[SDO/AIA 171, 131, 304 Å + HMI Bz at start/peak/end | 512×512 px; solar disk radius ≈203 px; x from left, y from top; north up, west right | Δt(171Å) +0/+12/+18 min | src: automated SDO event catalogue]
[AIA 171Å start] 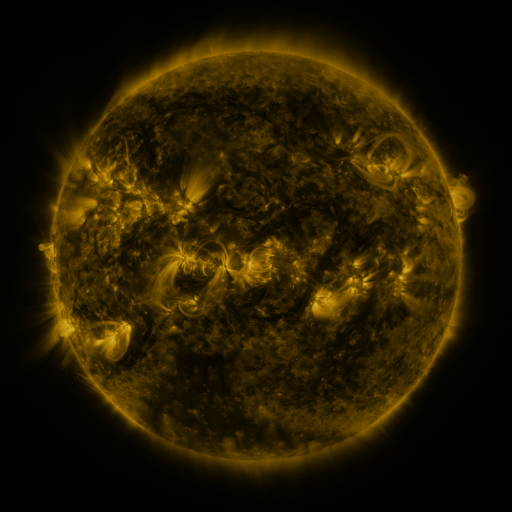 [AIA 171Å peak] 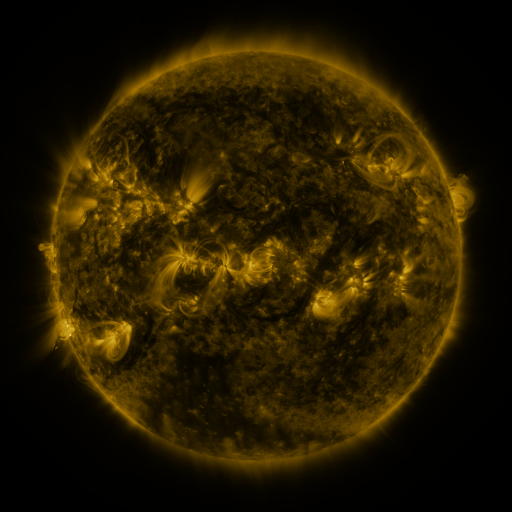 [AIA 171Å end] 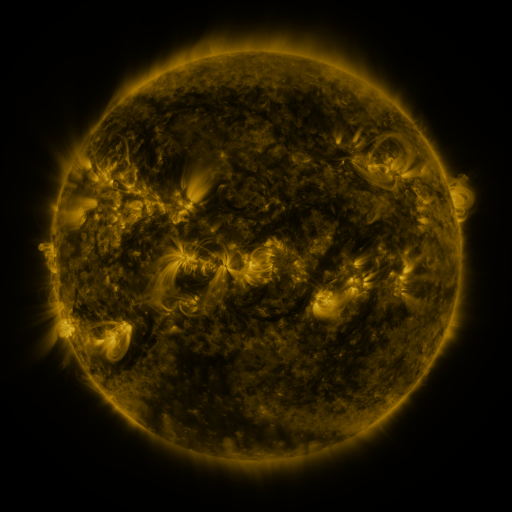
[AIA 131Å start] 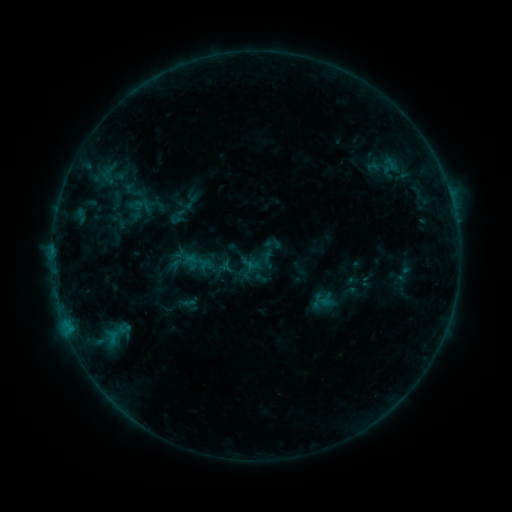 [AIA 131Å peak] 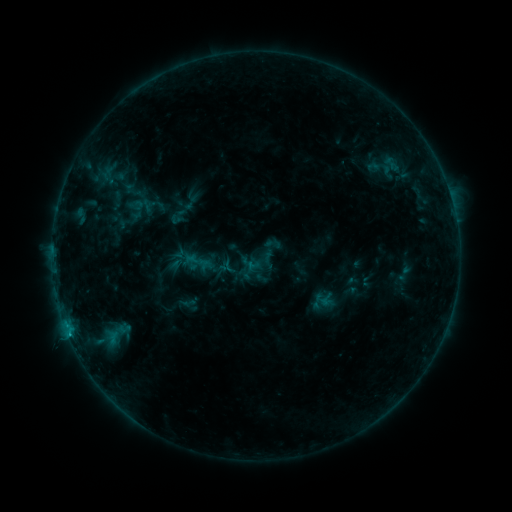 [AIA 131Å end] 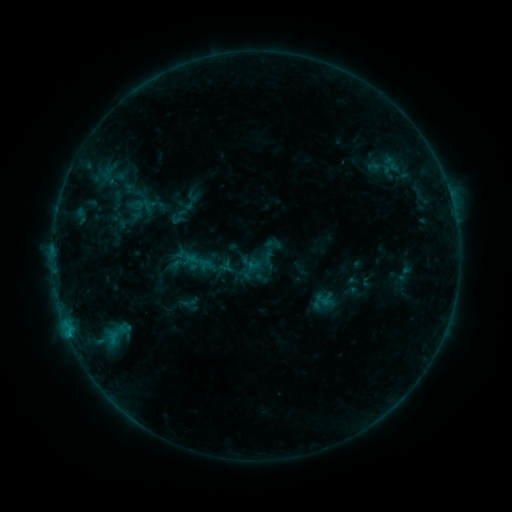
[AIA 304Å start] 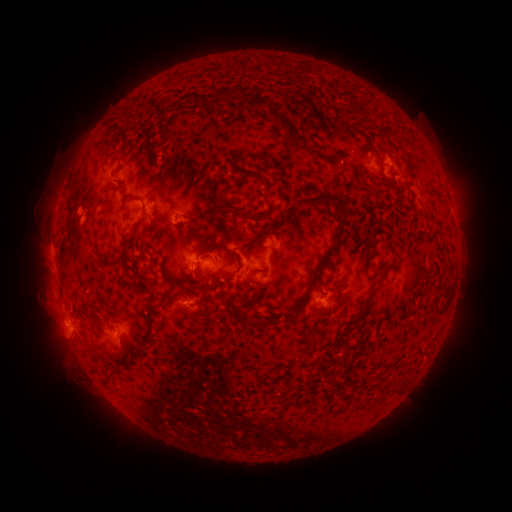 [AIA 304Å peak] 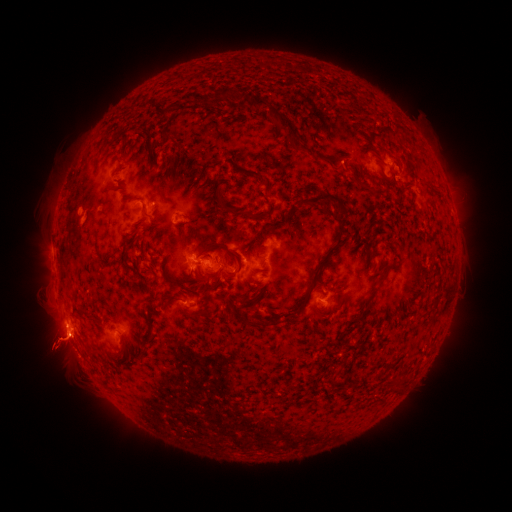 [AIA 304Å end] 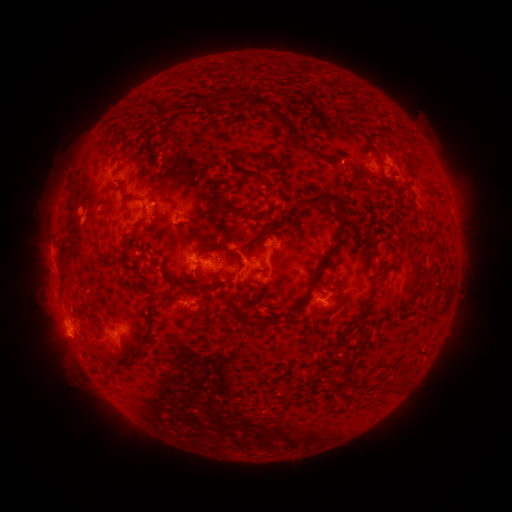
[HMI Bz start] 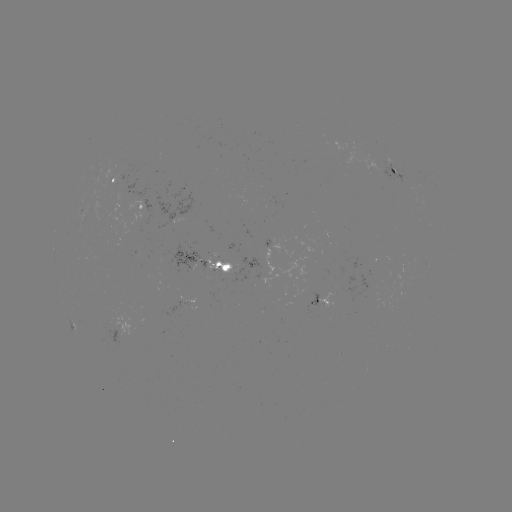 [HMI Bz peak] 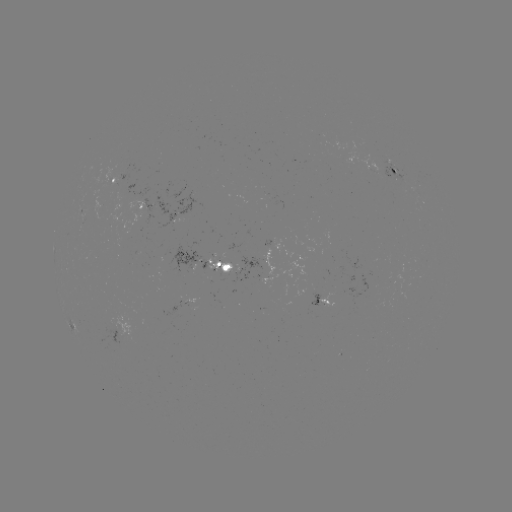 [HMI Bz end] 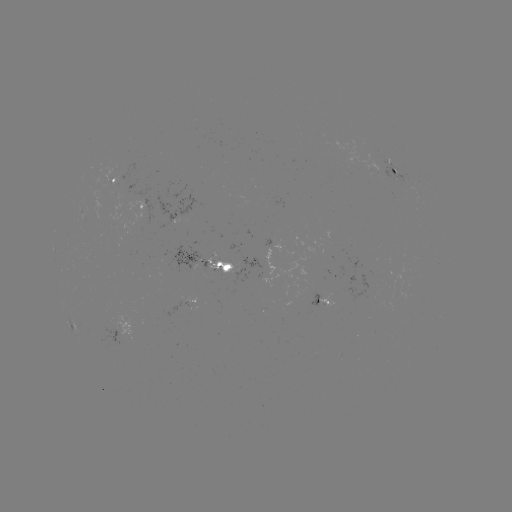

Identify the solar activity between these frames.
B7.0 flare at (69, 332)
